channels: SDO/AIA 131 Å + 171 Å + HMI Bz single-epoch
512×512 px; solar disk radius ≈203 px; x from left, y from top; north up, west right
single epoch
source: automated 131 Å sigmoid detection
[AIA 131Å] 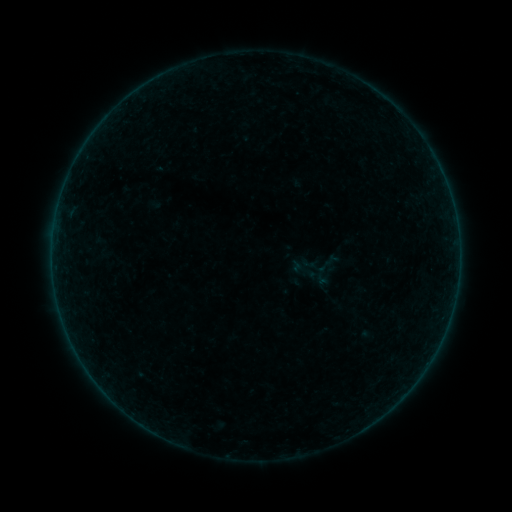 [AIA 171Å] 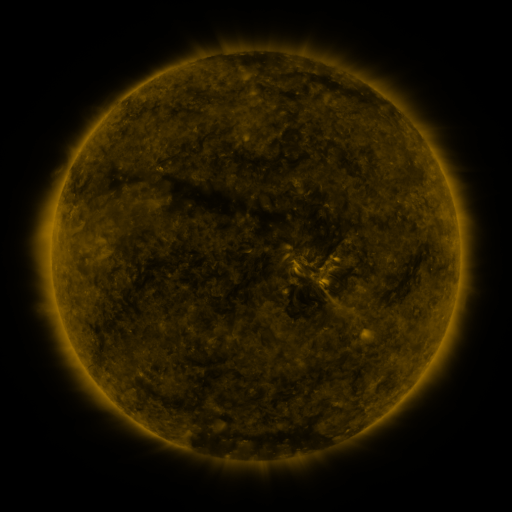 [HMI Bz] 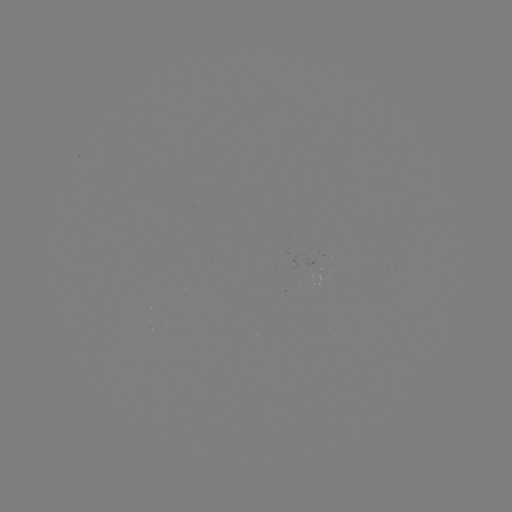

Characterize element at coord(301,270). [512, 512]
sigmoid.